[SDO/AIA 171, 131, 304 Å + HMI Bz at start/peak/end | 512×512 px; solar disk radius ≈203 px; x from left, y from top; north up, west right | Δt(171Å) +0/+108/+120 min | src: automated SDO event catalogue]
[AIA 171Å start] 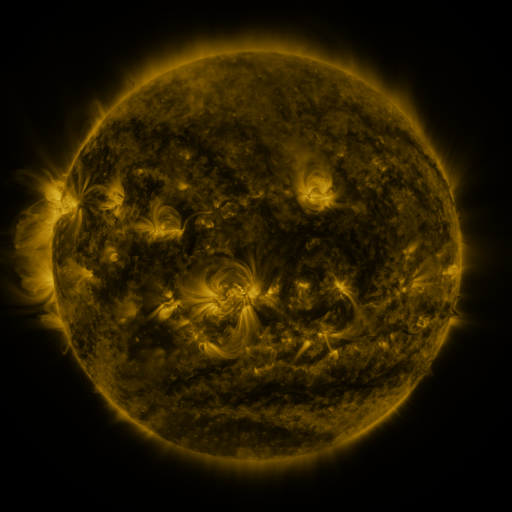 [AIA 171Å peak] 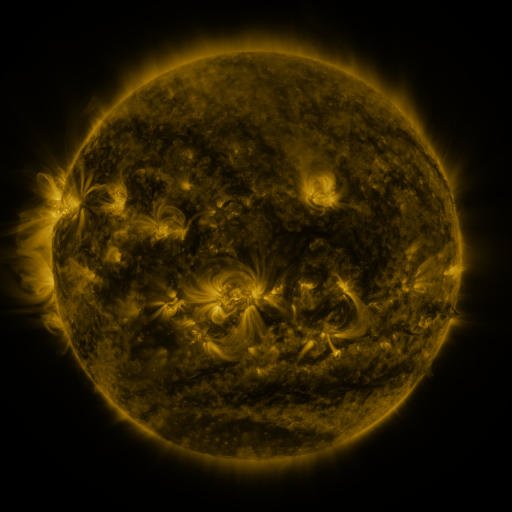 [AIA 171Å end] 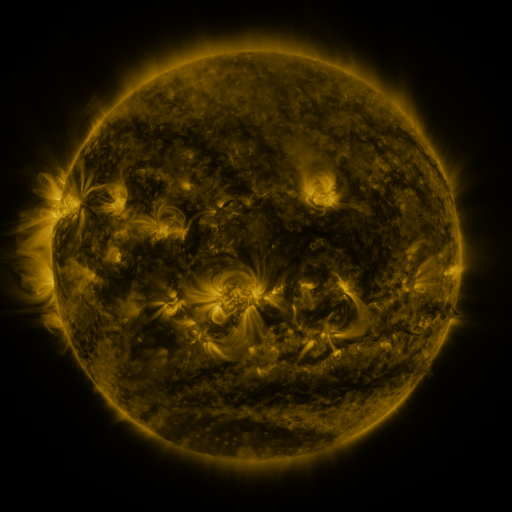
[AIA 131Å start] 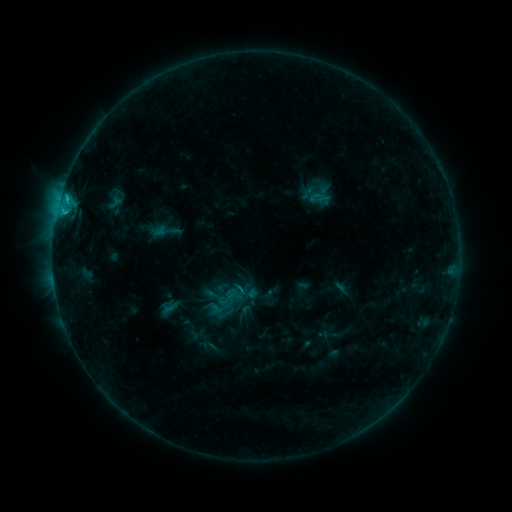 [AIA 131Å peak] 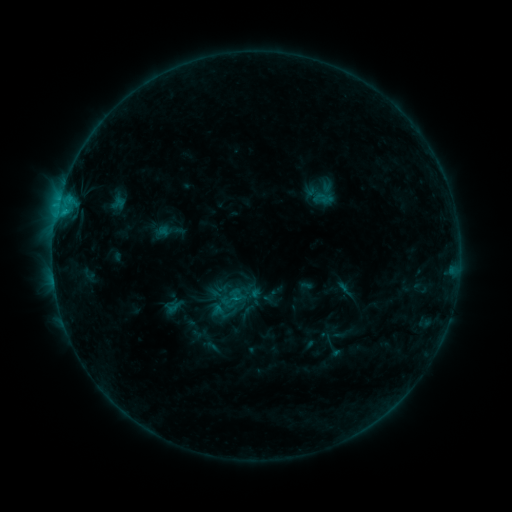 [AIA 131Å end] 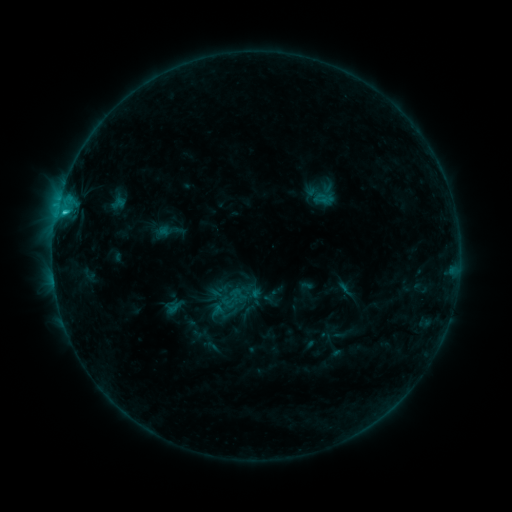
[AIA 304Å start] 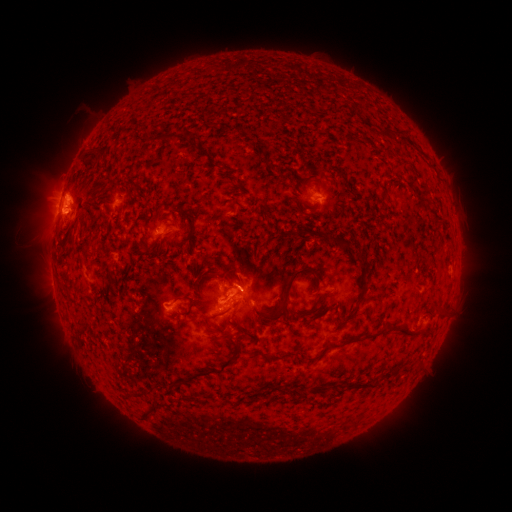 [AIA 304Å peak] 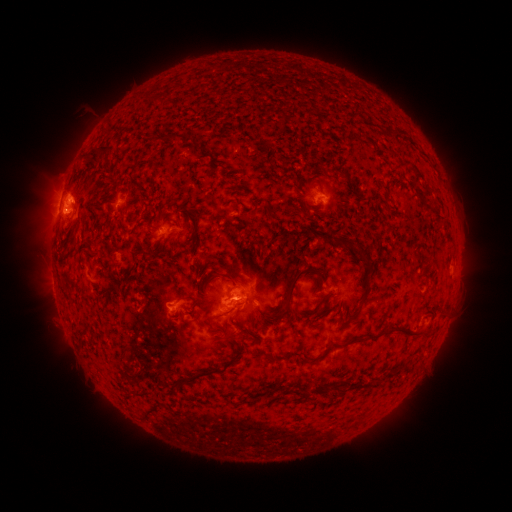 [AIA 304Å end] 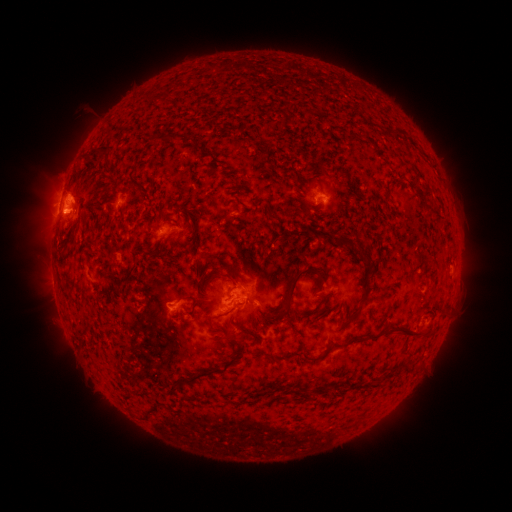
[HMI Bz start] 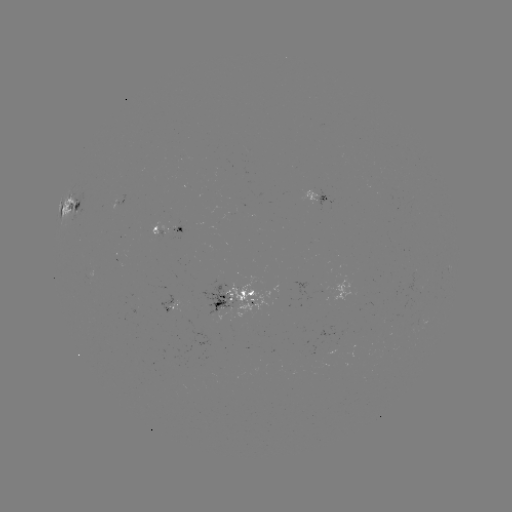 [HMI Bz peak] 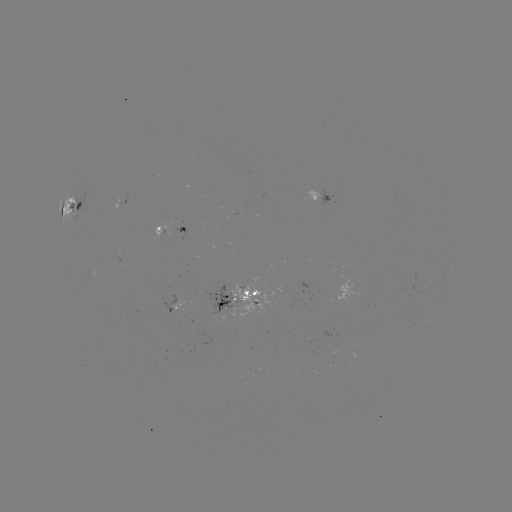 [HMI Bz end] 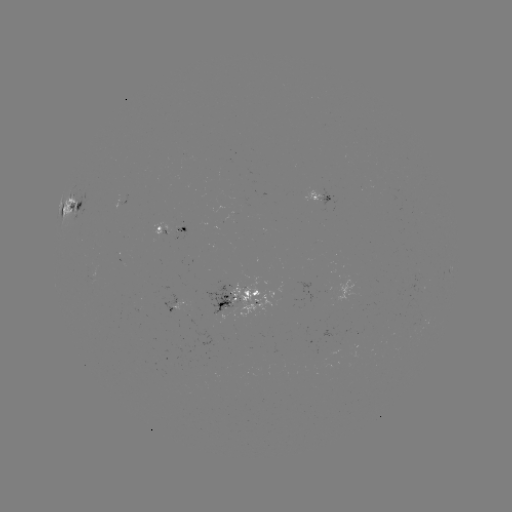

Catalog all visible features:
emerging-flux region: (339, 291)
